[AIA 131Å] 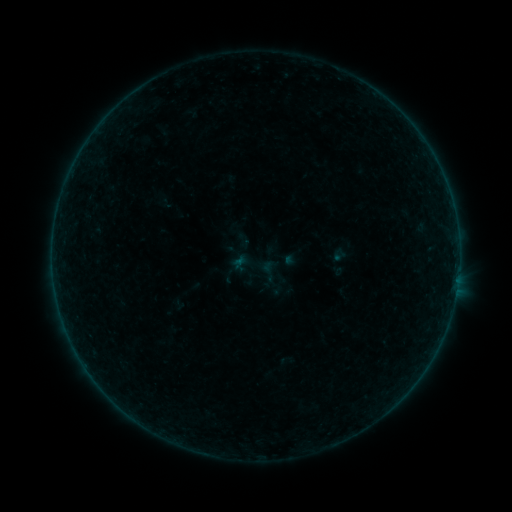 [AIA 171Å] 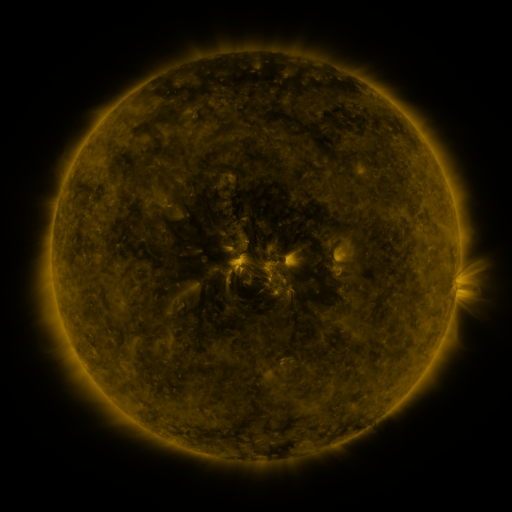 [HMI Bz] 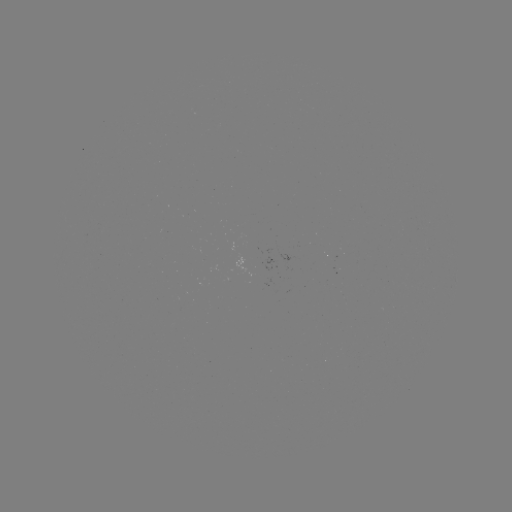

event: sigmoid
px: (243, 241)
